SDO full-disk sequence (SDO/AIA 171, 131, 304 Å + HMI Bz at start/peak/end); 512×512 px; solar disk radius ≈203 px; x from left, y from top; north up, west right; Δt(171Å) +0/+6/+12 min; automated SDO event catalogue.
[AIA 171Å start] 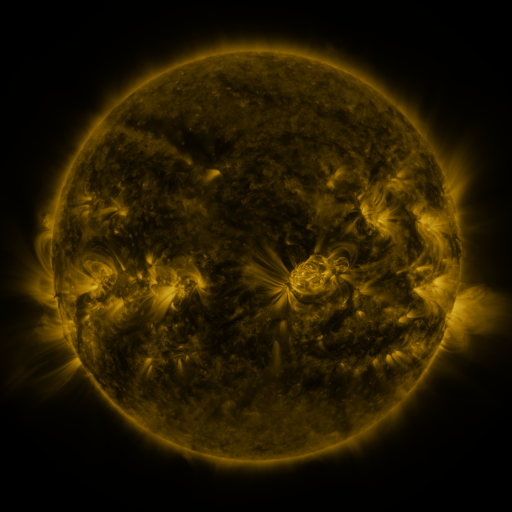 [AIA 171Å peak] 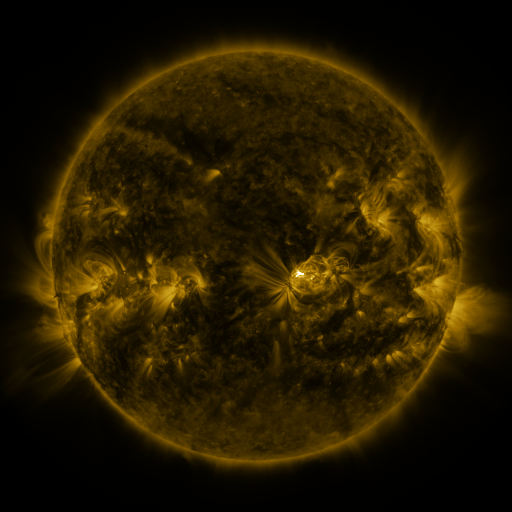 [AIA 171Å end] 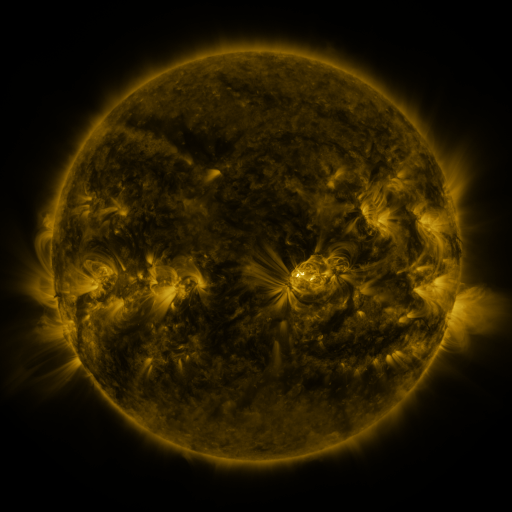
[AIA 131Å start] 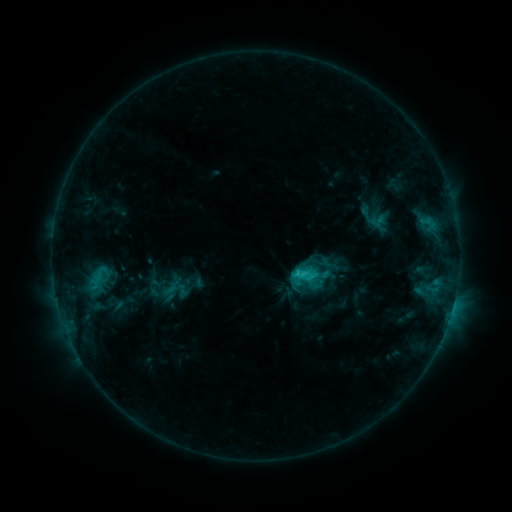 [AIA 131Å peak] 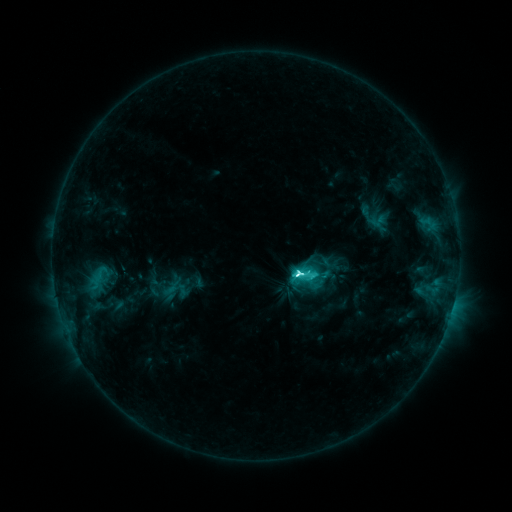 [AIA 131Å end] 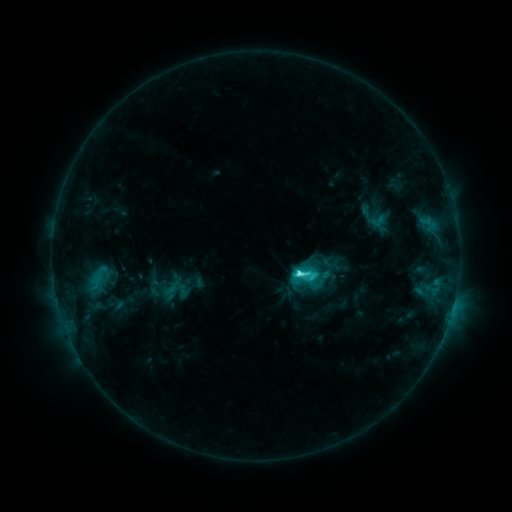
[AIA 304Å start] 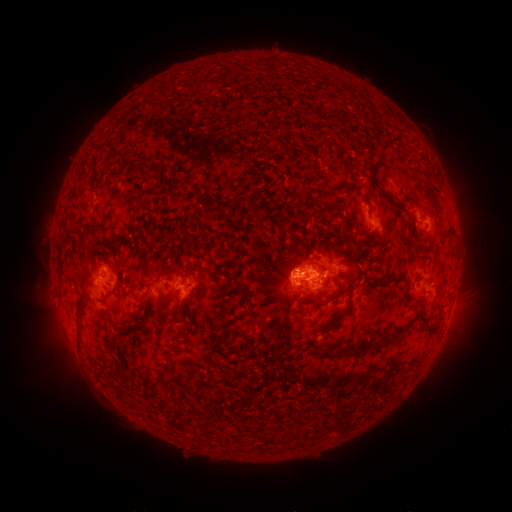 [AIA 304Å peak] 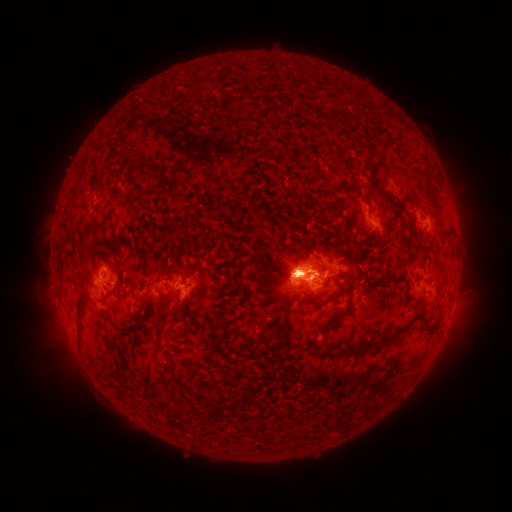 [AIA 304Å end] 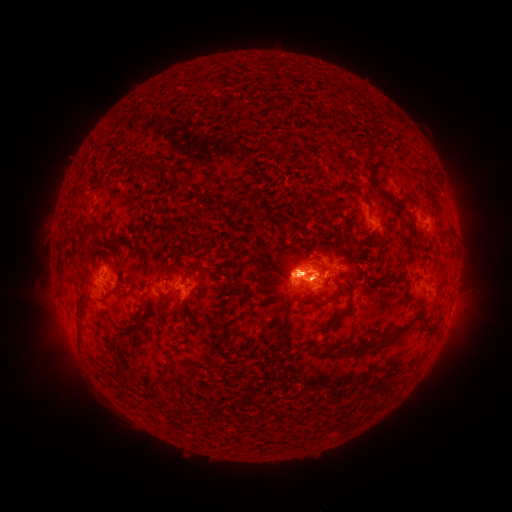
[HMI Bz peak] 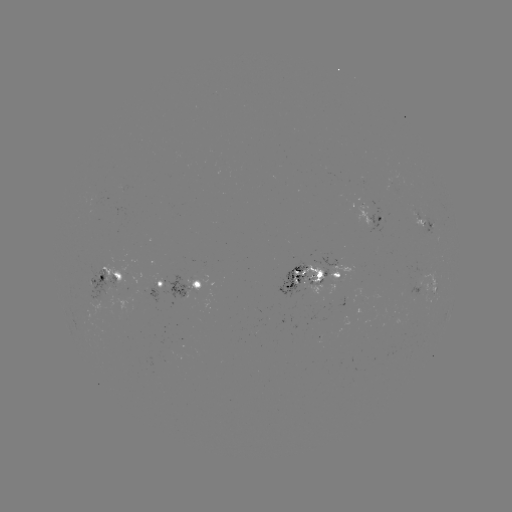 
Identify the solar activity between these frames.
eruption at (456, 245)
